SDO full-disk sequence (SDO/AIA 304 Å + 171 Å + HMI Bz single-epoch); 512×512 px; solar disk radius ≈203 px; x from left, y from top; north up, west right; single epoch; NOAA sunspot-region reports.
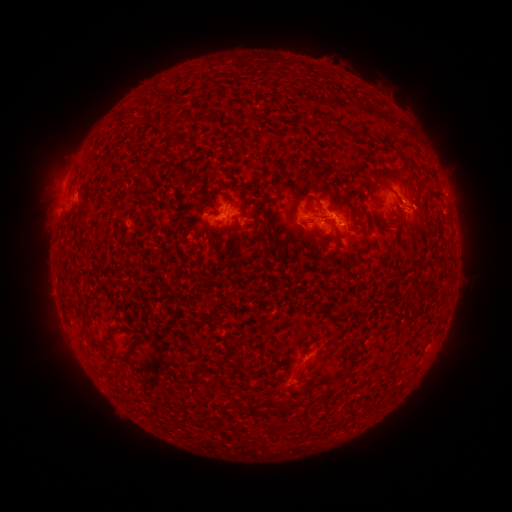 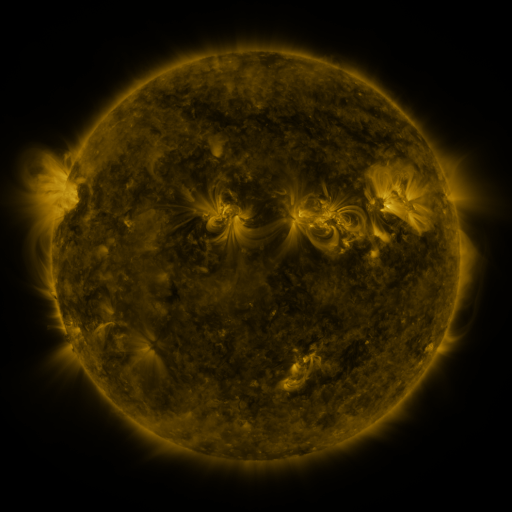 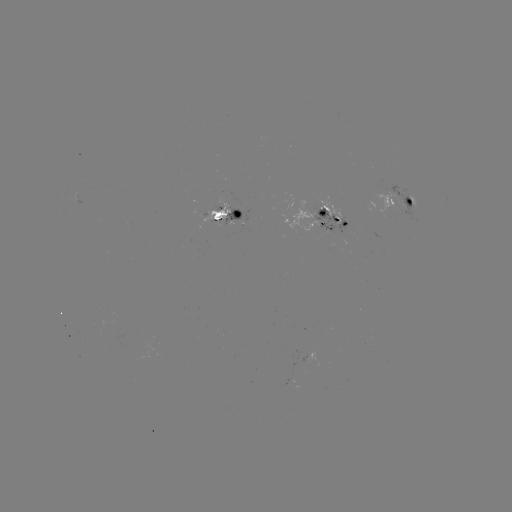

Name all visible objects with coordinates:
spotted active region: (401, 202)
spotted active region: (448, 203)
spotted active region: (228, 216)
spotted active region: (326, 222)
